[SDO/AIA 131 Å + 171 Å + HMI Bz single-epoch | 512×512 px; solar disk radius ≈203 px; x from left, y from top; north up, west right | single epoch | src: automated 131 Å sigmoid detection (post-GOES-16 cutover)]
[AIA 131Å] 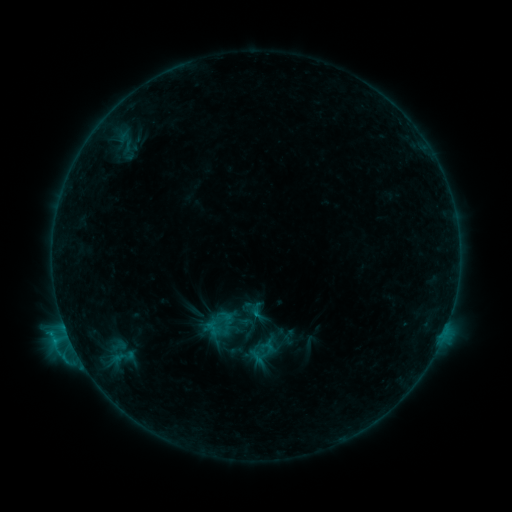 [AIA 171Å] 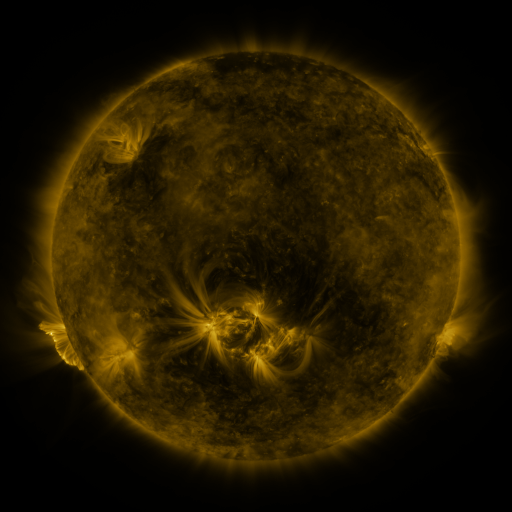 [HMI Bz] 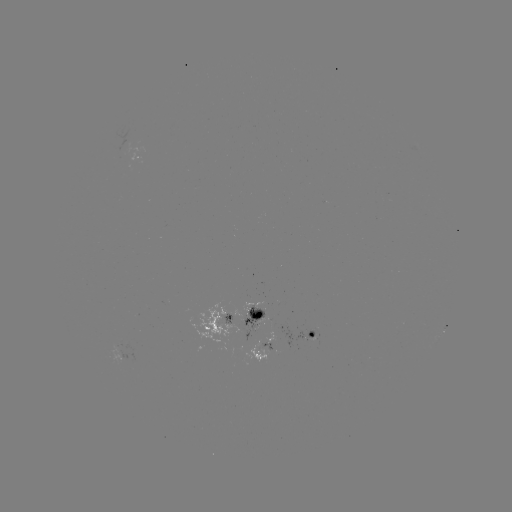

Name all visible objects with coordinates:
sigmoid: <bbox>210, 308, 240, 336</bbox>
